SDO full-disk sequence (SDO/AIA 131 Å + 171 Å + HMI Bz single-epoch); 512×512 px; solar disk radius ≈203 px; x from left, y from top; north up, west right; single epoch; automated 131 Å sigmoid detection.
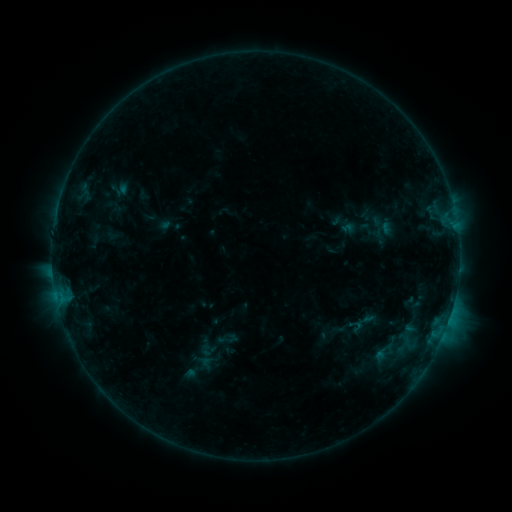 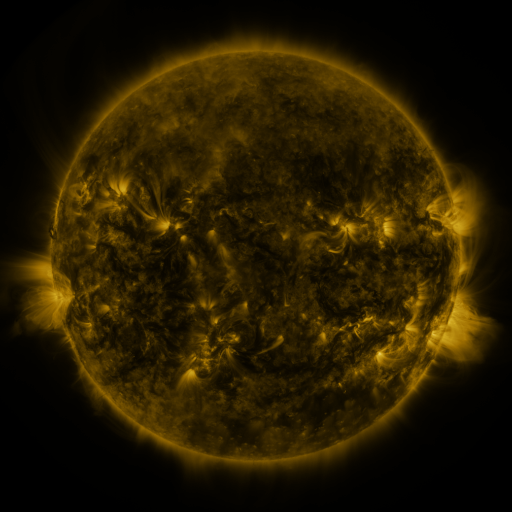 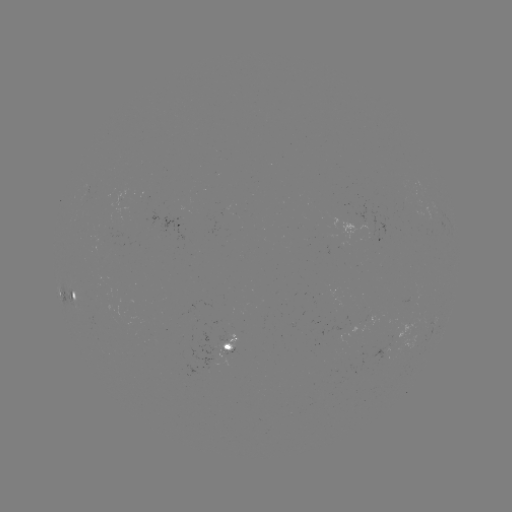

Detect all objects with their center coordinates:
sigmoid: (347, 317, 365, 334)
